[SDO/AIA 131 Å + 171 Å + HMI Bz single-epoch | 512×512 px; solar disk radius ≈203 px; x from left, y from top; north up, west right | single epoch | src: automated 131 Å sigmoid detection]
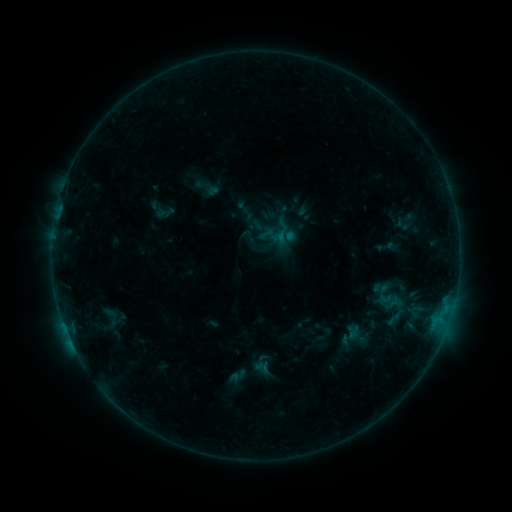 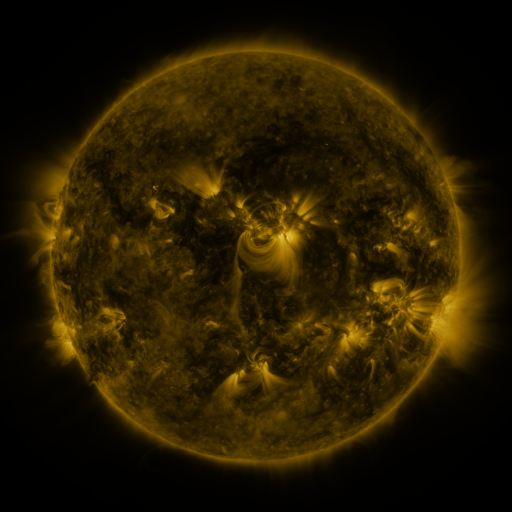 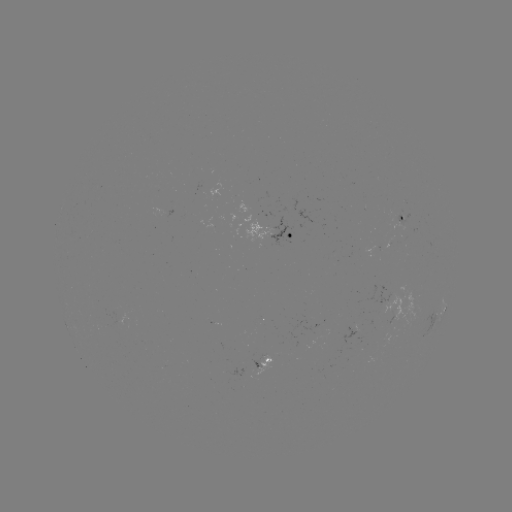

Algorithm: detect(sigmoid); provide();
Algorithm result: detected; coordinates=111,318